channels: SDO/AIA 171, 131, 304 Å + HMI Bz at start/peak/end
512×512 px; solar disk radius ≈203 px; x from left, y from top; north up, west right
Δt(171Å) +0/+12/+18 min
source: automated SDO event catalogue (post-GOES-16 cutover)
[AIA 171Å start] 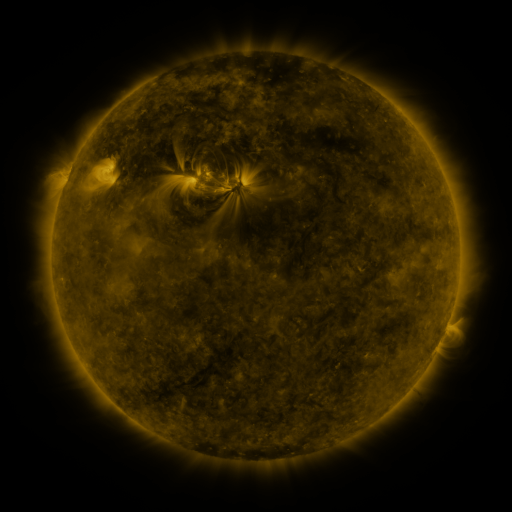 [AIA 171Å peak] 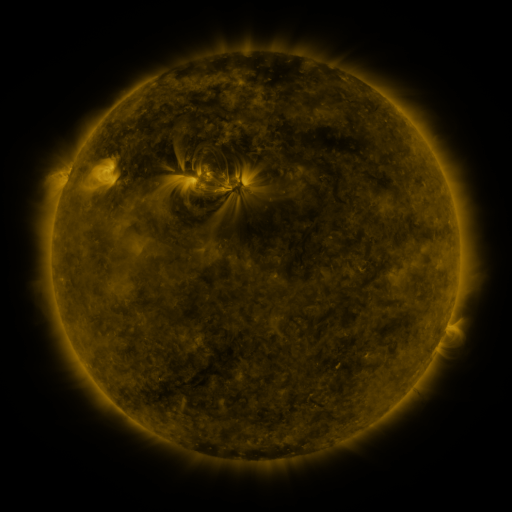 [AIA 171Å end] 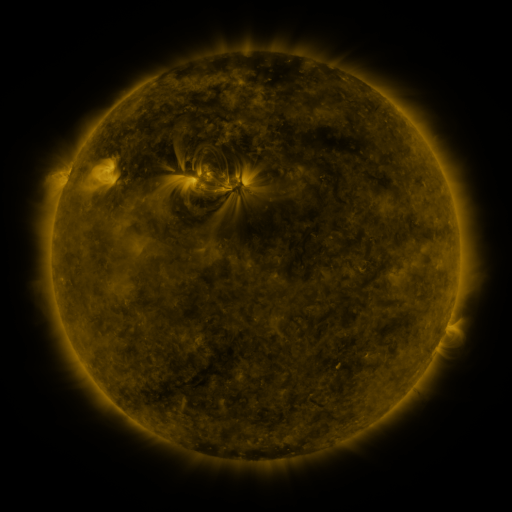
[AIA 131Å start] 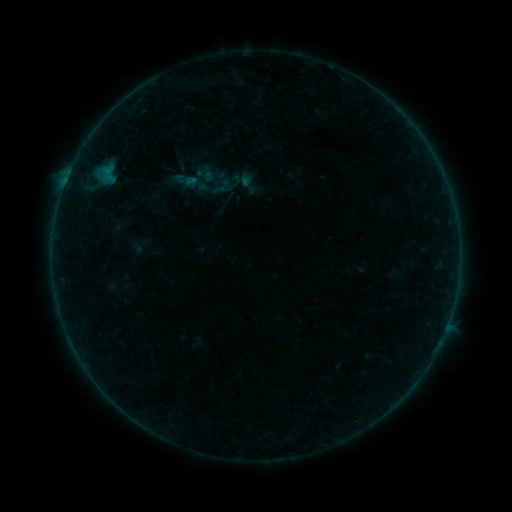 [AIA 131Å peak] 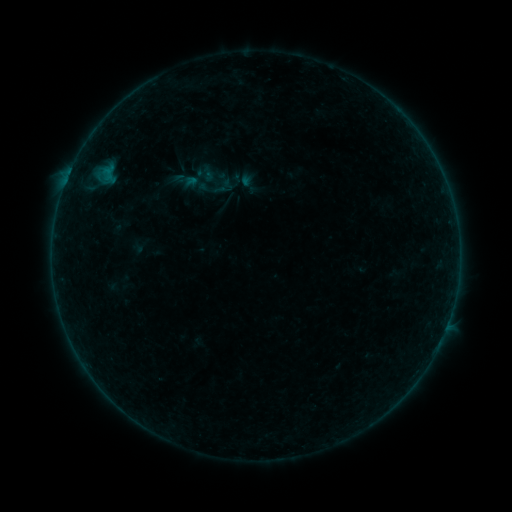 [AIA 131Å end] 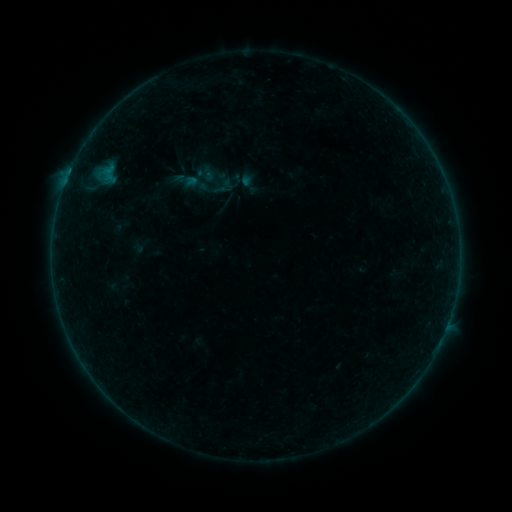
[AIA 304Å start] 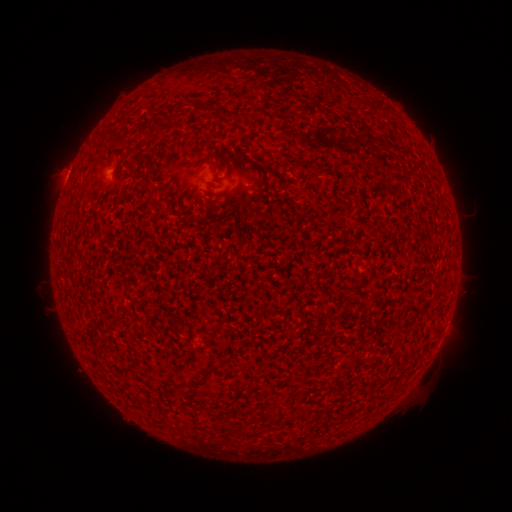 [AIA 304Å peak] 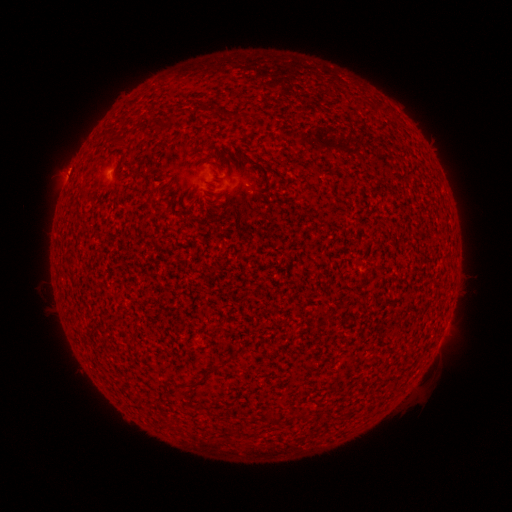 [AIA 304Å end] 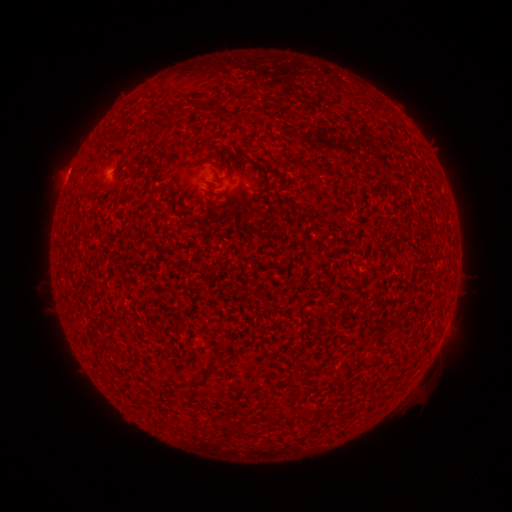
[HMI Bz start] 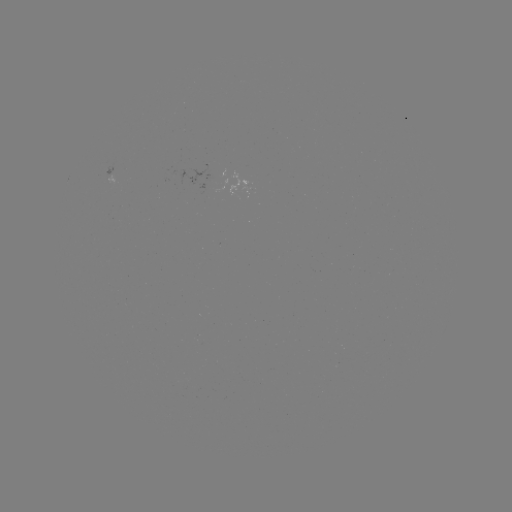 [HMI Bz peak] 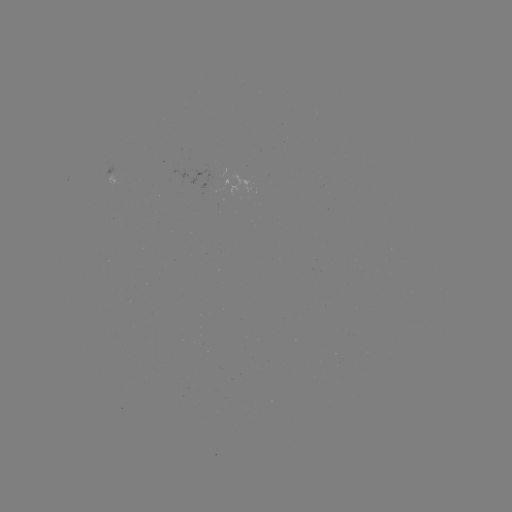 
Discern A8.1 flare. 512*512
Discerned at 256,144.